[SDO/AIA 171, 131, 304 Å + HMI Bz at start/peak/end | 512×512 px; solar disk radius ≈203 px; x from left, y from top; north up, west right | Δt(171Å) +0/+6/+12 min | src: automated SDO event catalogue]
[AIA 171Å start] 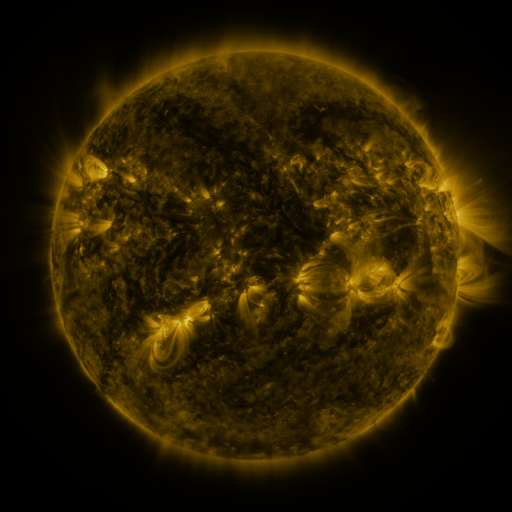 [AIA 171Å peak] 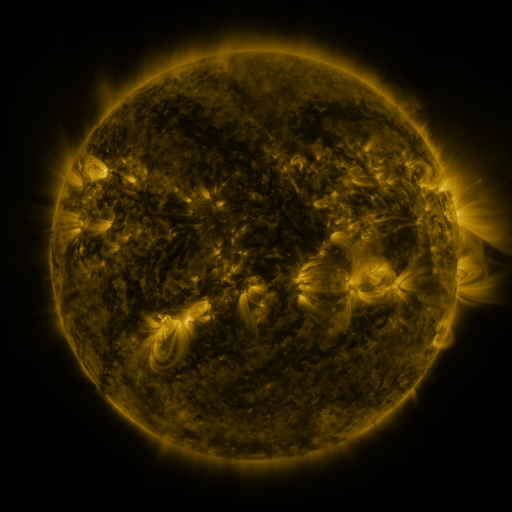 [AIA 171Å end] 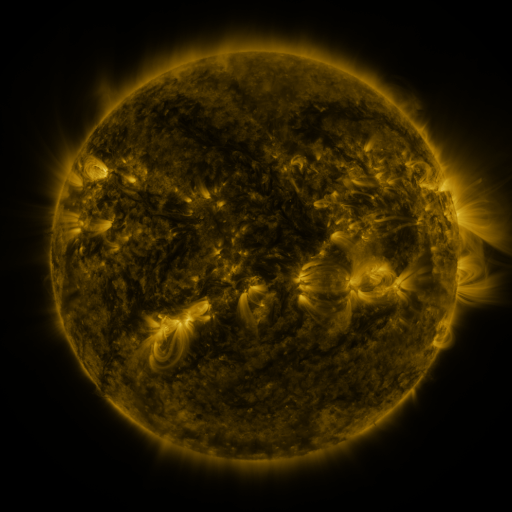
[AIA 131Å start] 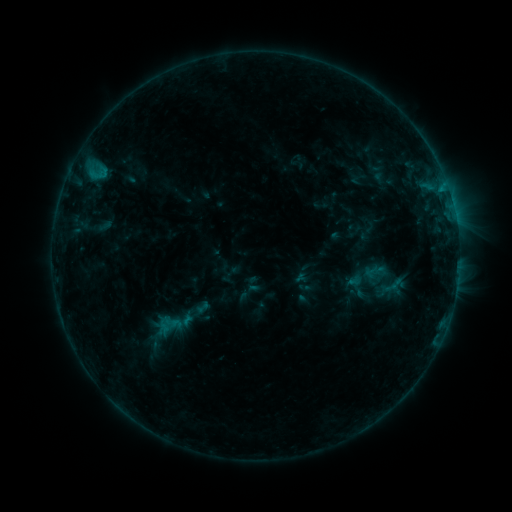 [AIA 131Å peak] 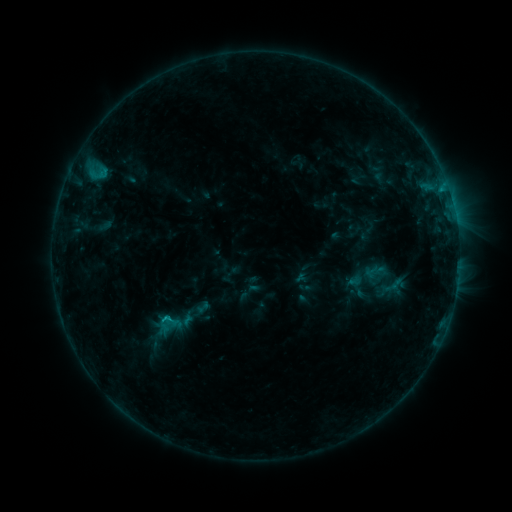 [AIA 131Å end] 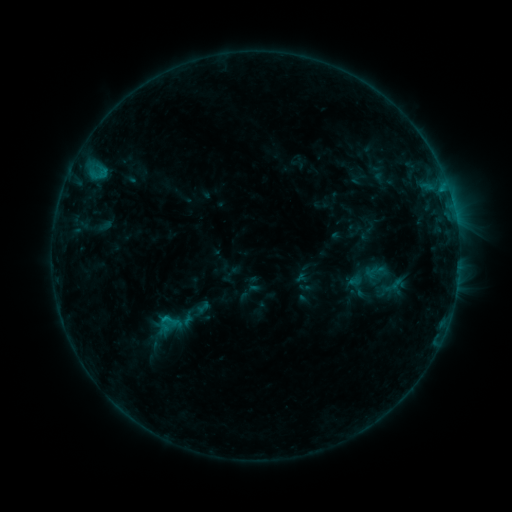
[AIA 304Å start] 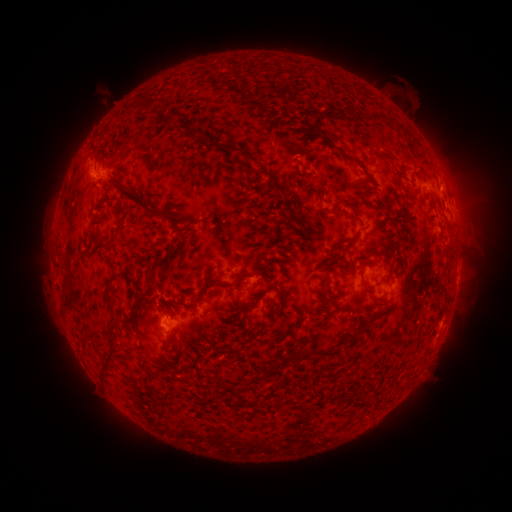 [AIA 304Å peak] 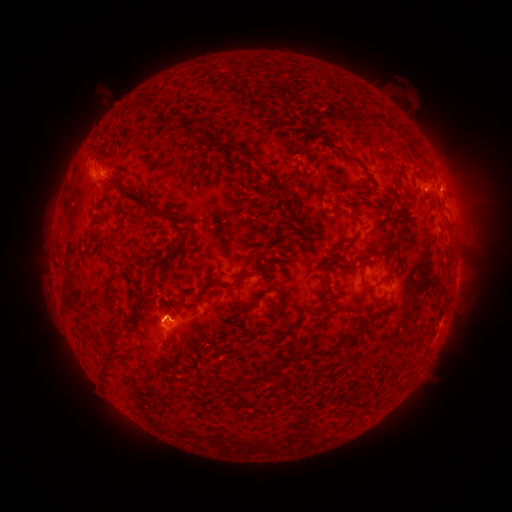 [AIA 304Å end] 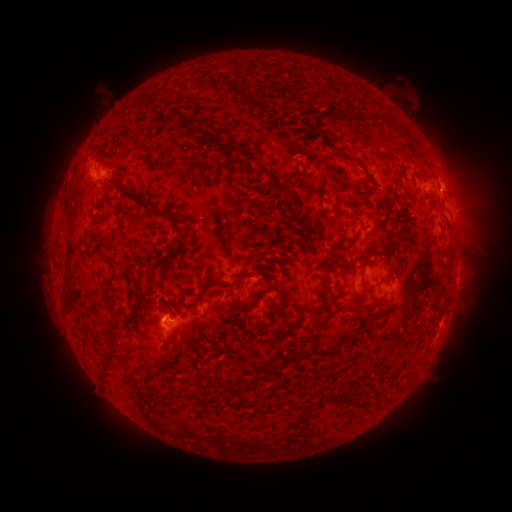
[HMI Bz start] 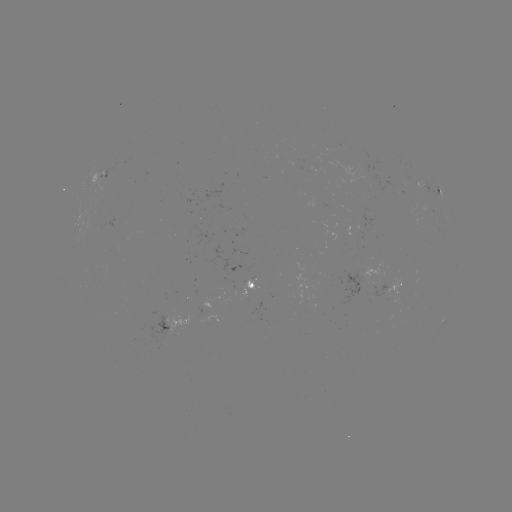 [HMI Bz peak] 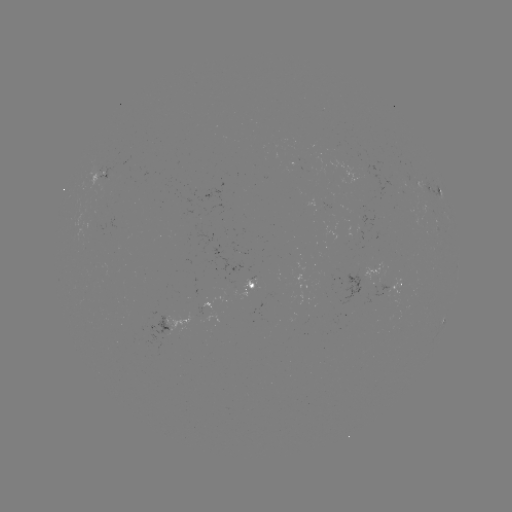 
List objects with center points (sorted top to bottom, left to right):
B7.6 flare: (168, 315)
